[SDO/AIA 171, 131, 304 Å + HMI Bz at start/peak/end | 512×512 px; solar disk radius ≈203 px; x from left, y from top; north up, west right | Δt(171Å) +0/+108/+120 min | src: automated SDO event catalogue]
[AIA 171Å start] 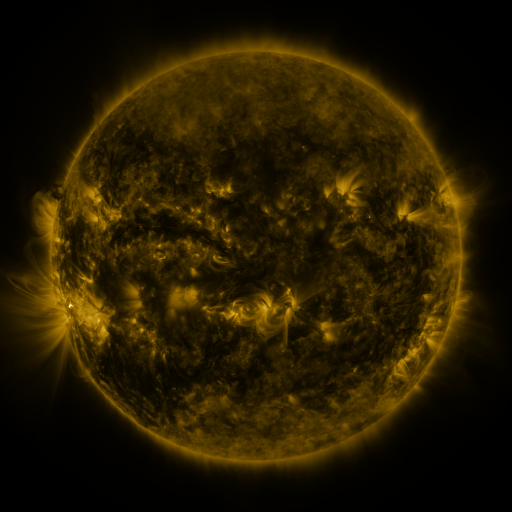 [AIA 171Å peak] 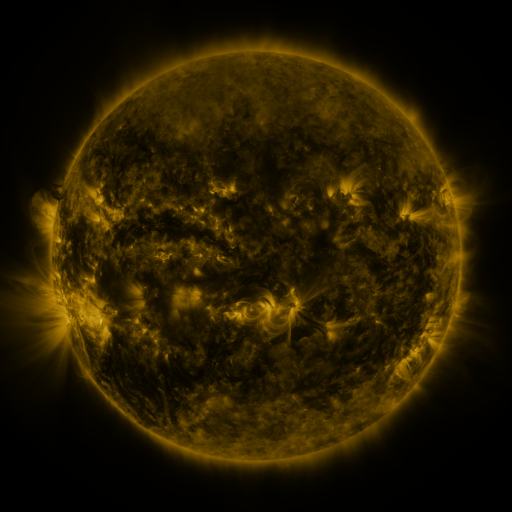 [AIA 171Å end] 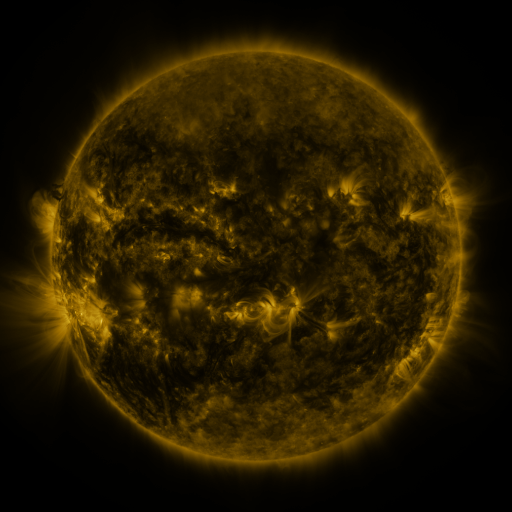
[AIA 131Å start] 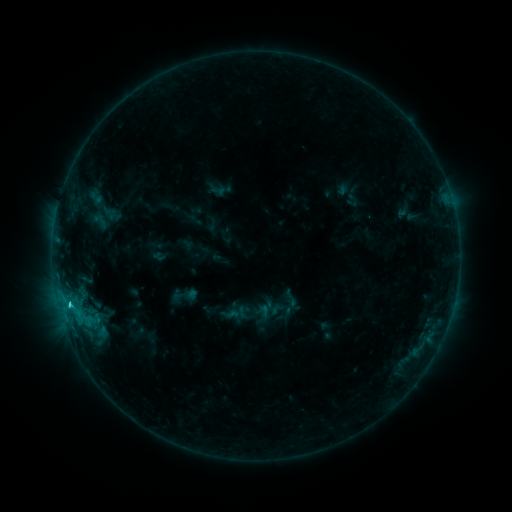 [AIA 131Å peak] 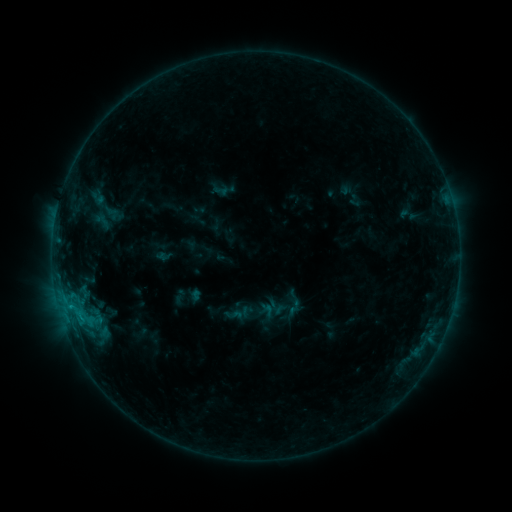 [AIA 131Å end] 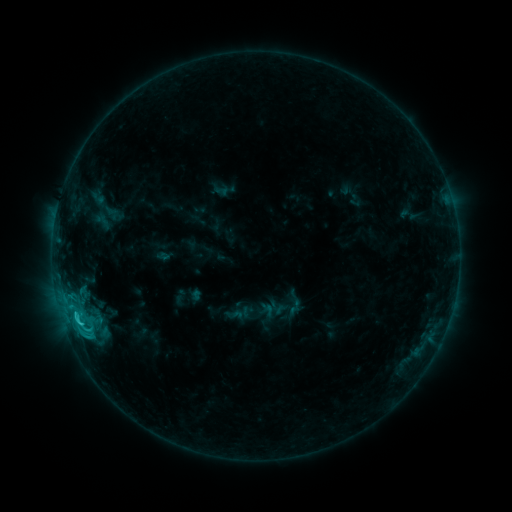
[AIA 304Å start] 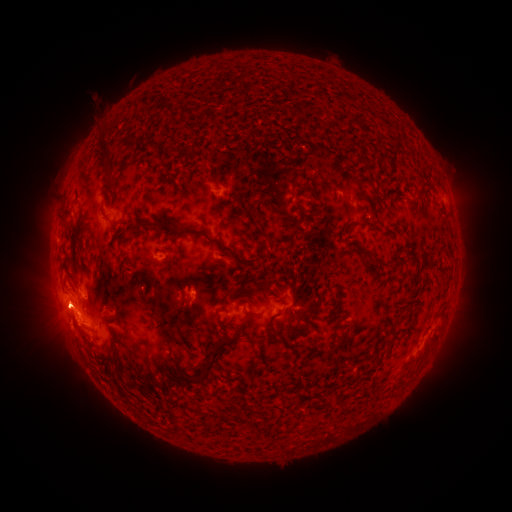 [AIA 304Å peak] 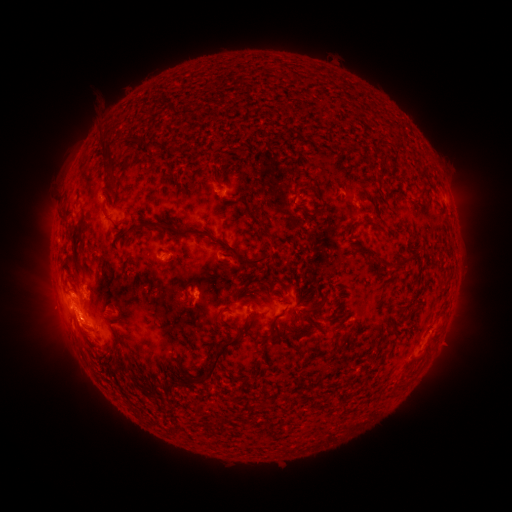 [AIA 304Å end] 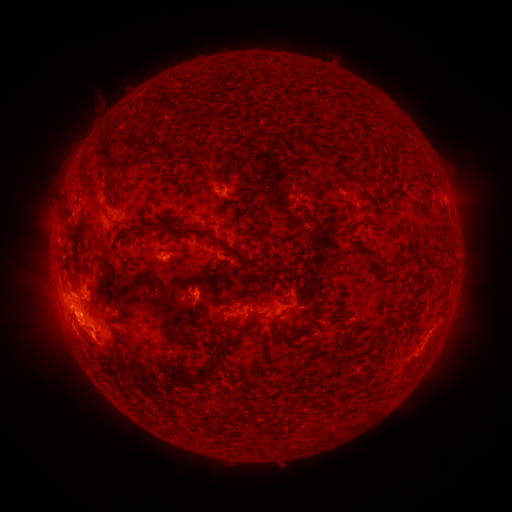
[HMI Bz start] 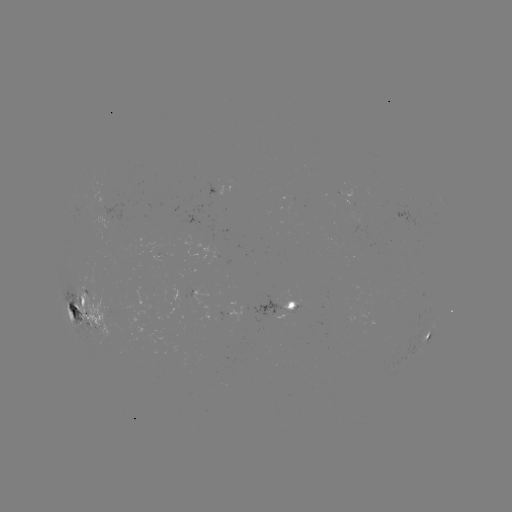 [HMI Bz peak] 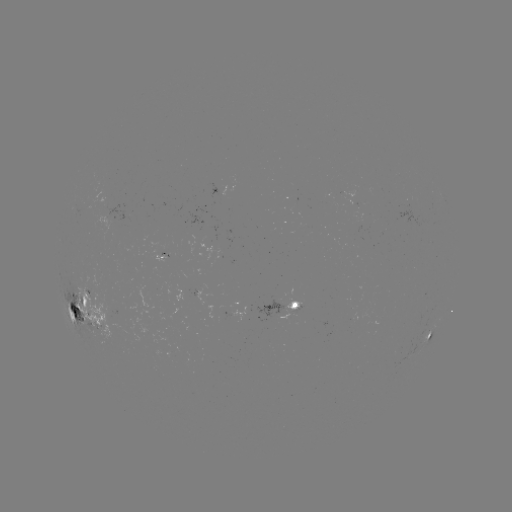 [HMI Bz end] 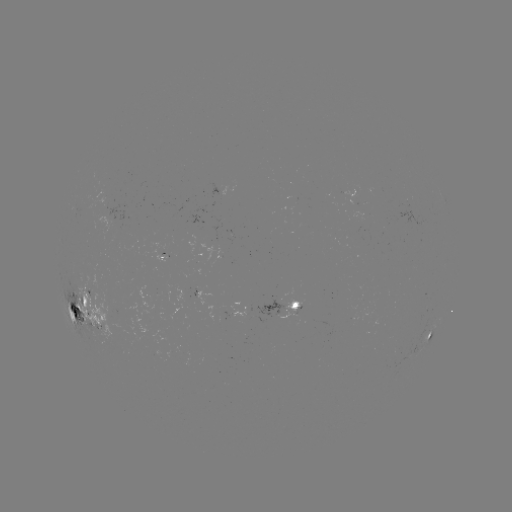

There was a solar emerging-flux region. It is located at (161, 253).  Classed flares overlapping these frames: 3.